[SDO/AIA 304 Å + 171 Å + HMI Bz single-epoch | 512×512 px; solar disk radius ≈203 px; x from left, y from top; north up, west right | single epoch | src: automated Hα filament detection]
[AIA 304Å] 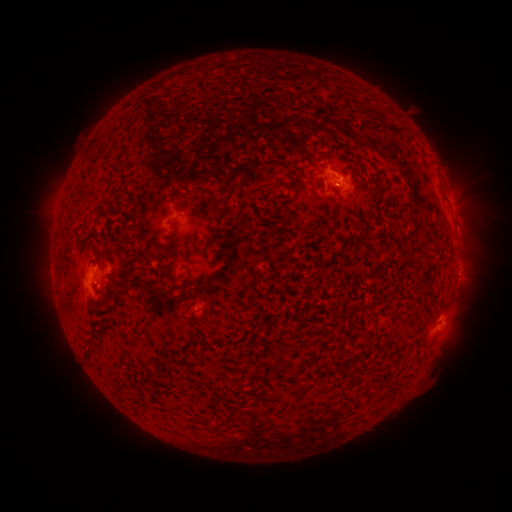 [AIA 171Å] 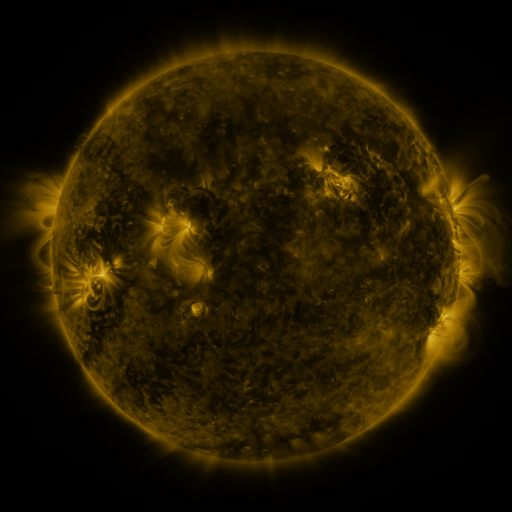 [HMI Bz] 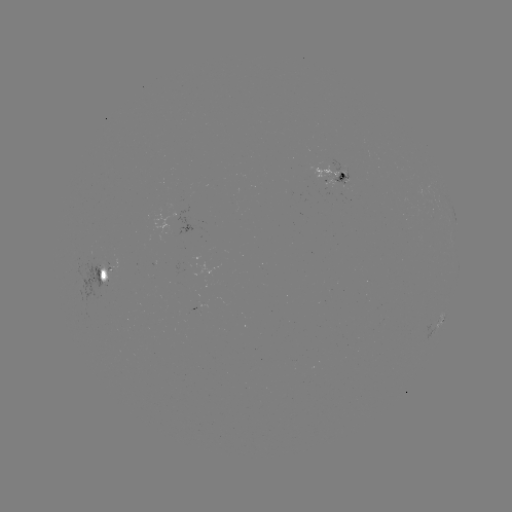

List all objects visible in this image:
filament: <bbox>87, 134, 107, 154</bbox>
filament: <bbox>189, 188, 220, 222</bbox>
filament: <bbox>173, 201, 179, 210</bbox>
filament: <bbox>210, 230, 218, 239</bbox>
filament: <bbox>165, 273, 175, 282</bbox>
filament: <bbox>430, 296, 438, 309</bbox>
filament: <bbox>89, 324, 114, 341</bbox>
filament: <bbox>250, 369, 264, 381</bbox>
filament: <bbox>297, 380, 307, 393</bbox>
filament: <bbox>275, 390, 283, 399</bbox>
